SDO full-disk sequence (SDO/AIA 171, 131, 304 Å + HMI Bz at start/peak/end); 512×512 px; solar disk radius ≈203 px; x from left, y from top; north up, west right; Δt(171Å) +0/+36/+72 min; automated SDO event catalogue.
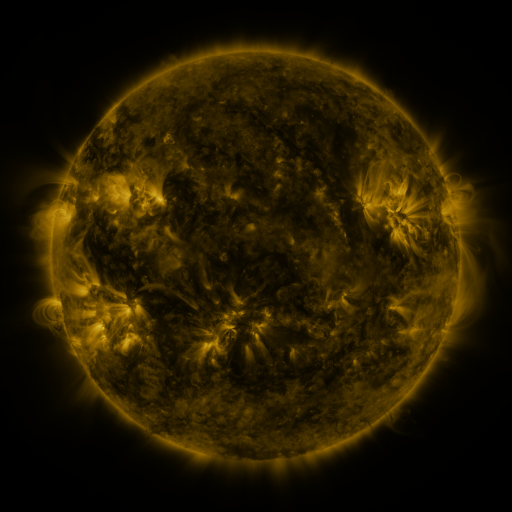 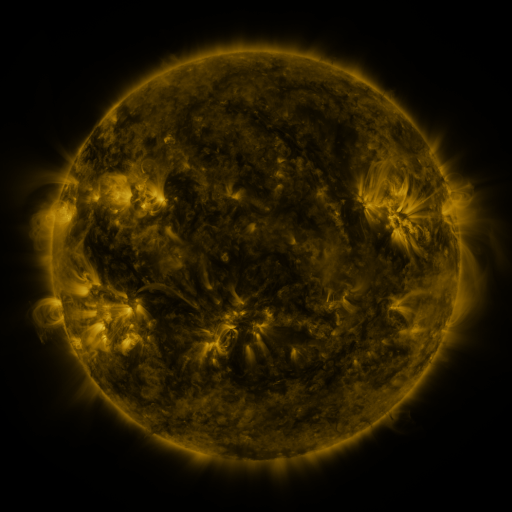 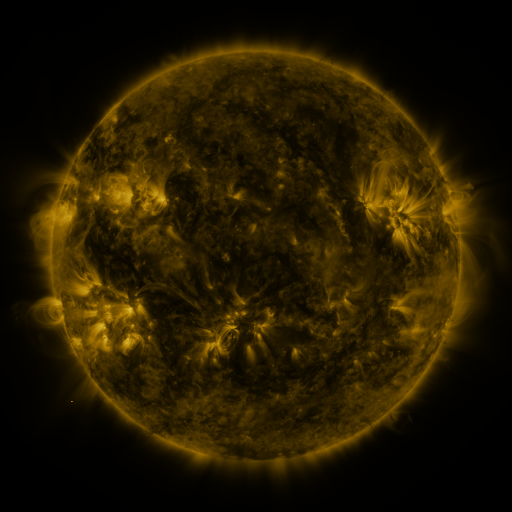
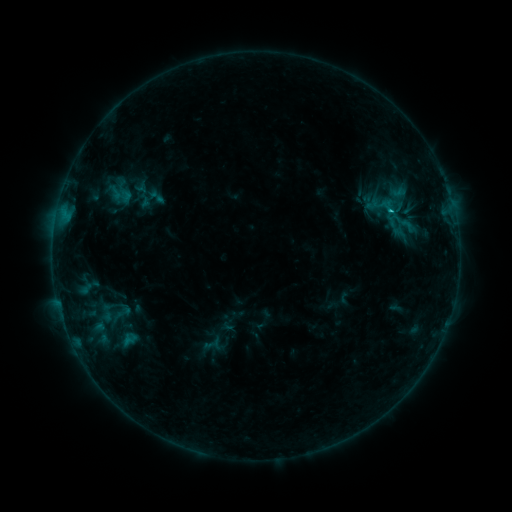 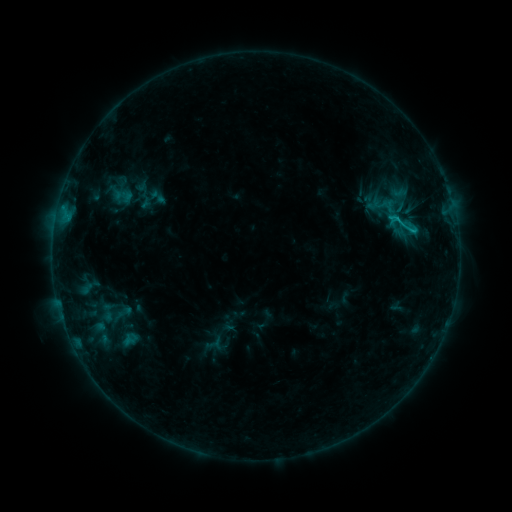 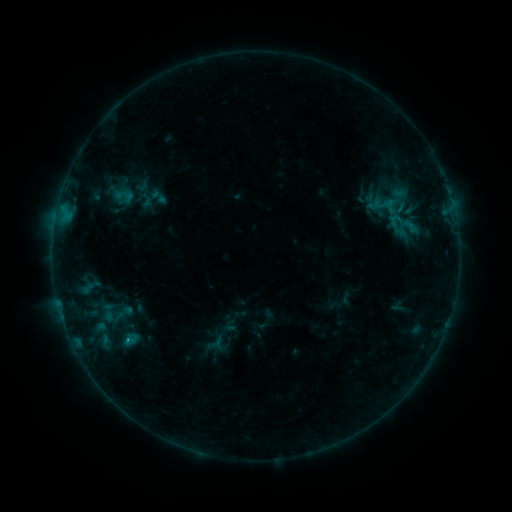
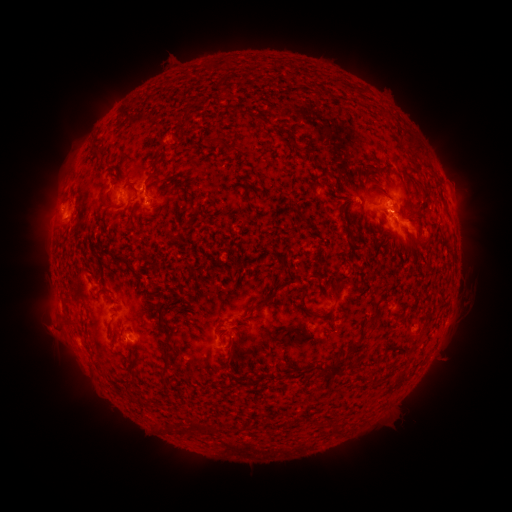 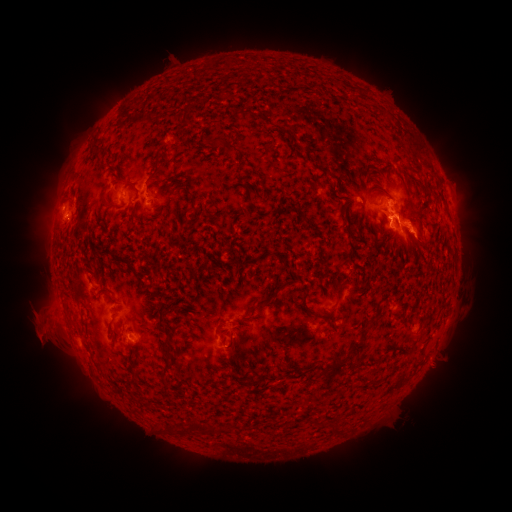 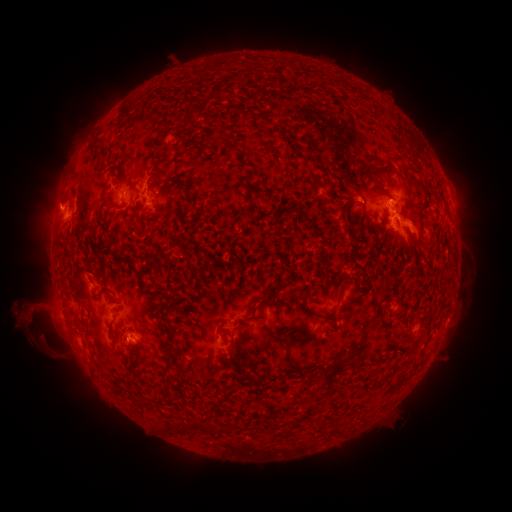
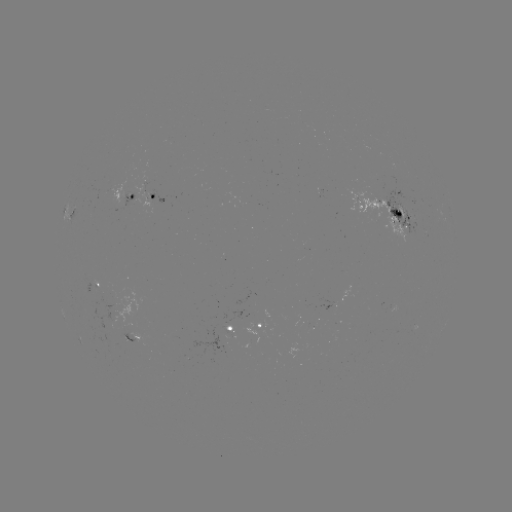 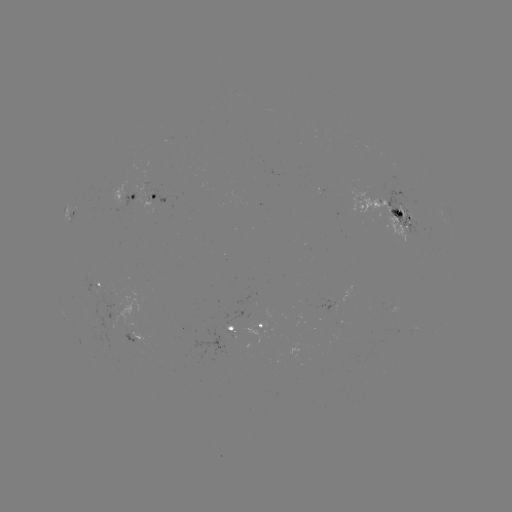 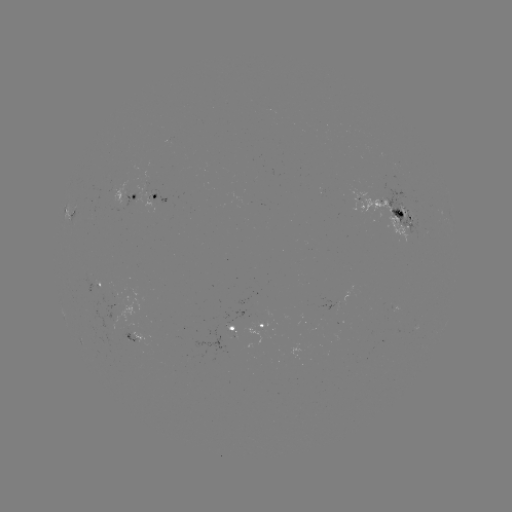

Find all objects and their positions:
eruption: (44, 333)
